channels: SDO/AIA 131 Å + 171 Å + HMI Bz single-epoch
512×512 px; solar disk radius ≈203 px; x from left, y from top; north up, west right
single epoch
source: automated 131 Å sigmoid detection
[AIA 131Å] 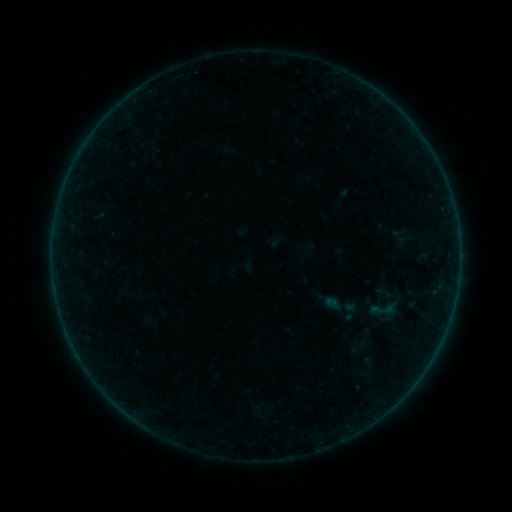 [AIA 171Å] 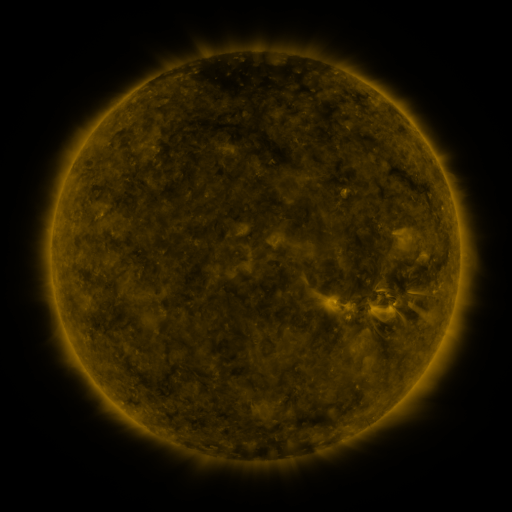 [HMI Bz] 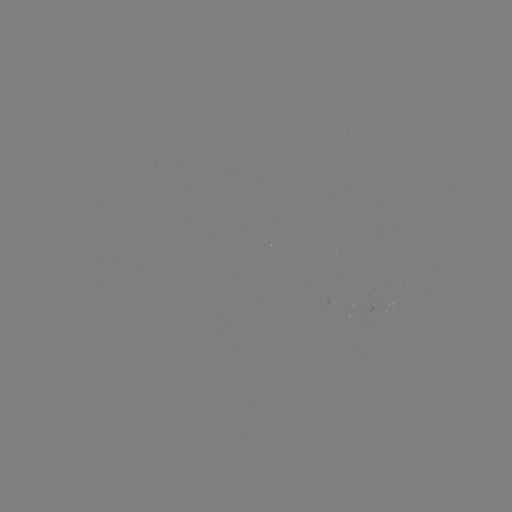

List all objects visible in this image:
sigmoid: [324, 287, 360, 323]
